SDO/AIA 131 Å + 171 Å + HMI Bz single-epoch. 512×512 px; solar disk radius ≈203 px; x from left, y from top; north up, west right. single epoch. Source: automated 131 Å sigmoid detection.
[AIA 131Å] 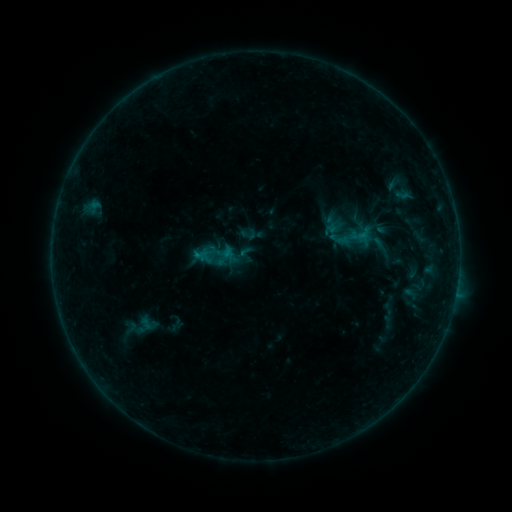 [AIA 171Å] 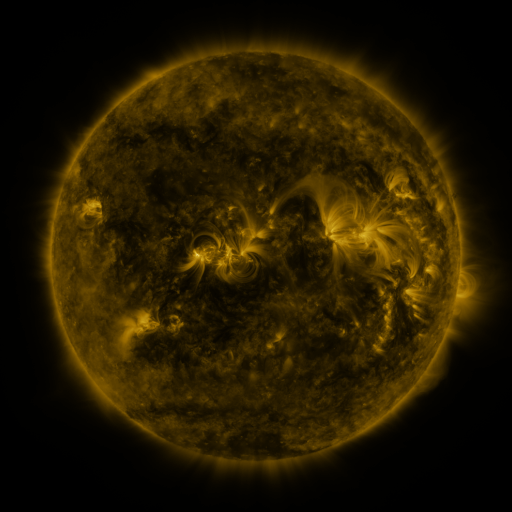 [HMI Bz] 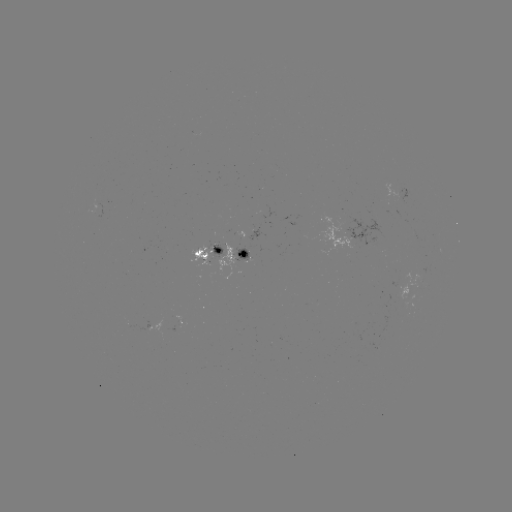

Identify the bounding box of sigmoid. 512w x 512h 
[239, 225, 257, 243].